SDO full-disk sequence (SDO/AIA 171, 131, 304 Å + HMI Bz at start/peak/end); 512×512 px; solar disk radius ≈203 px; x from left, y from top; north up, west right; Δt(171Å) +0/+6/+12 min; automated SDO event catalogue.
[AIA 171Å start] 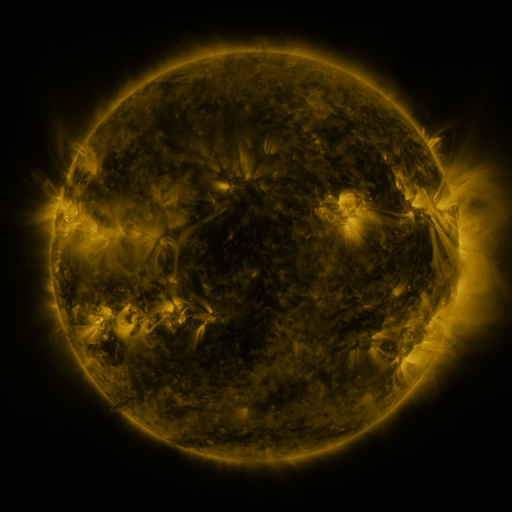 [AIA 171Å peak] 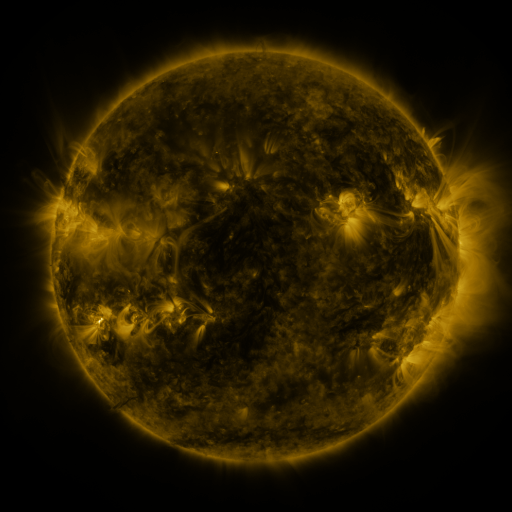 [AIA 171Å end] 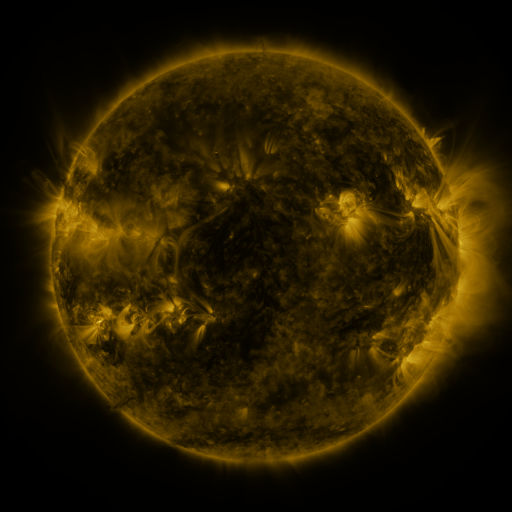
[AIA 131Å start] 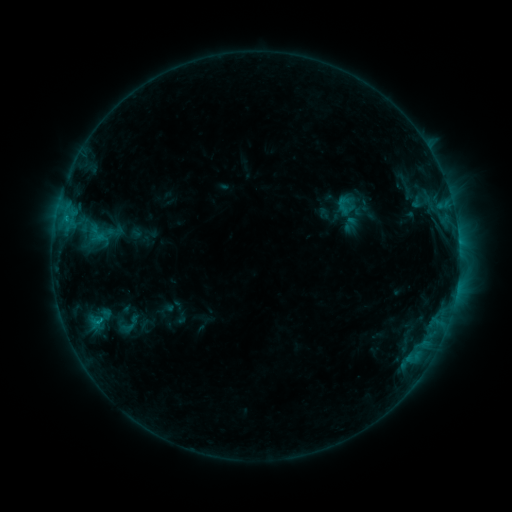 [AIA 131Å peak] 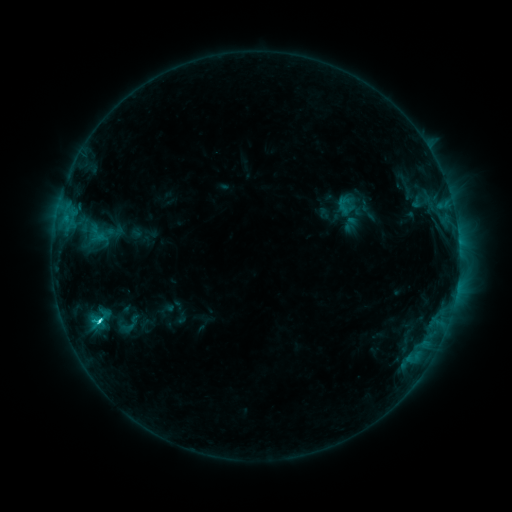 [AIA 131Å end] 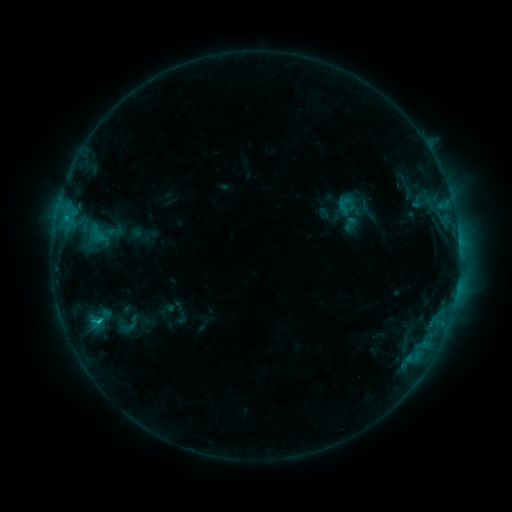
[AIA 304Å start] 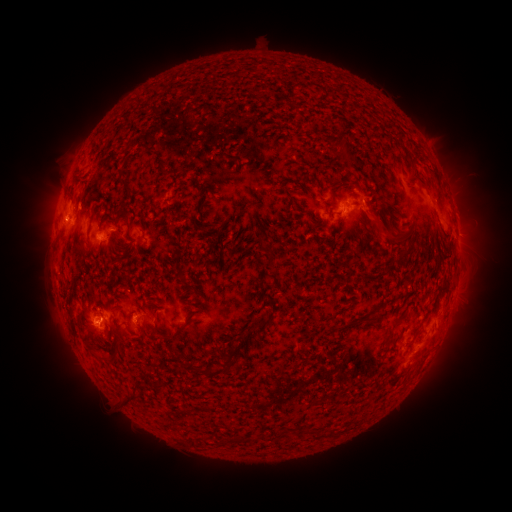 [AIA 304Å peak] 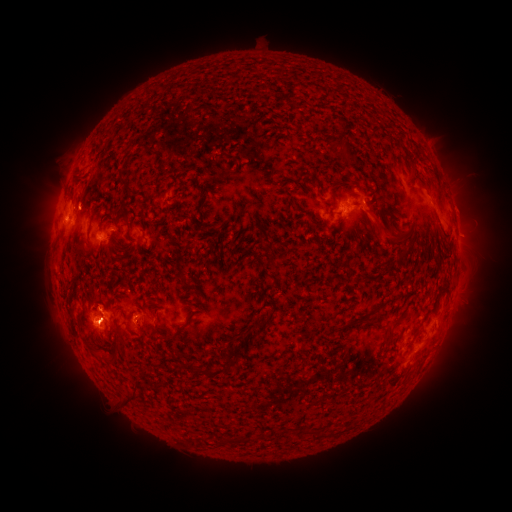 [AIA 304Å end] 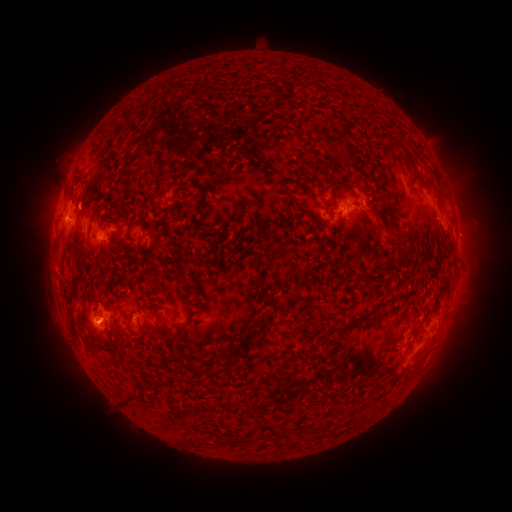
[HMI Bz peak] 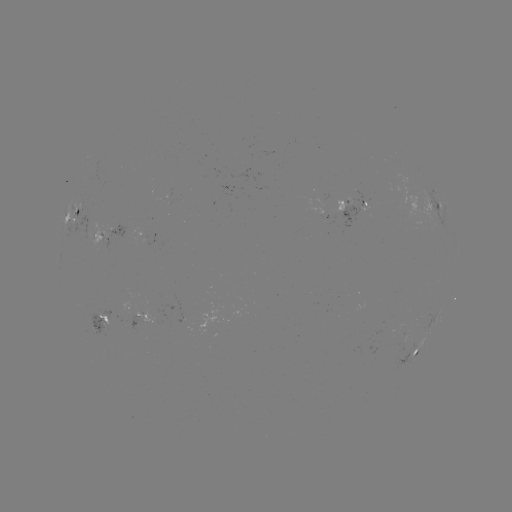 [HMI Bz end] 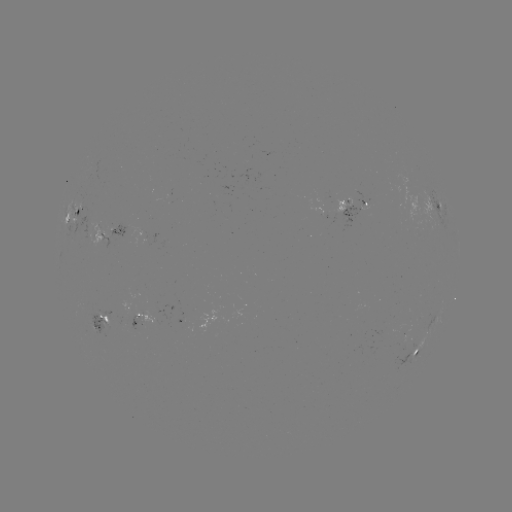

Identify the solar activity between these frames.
C2.3 flare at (100, 318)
